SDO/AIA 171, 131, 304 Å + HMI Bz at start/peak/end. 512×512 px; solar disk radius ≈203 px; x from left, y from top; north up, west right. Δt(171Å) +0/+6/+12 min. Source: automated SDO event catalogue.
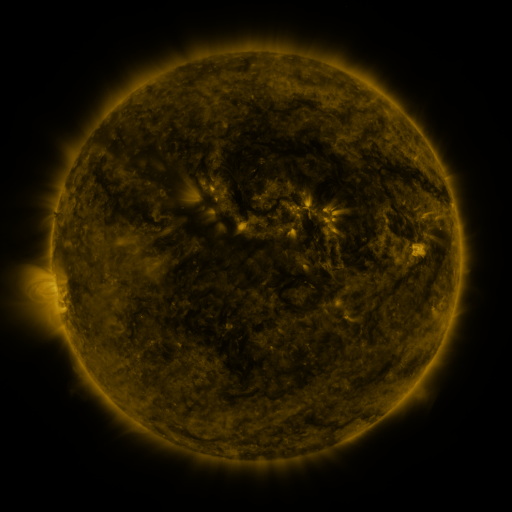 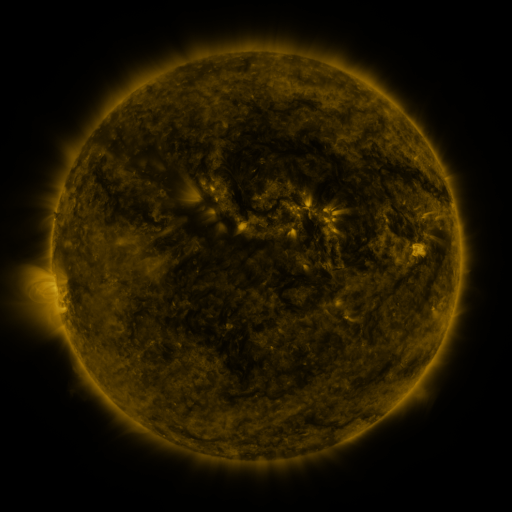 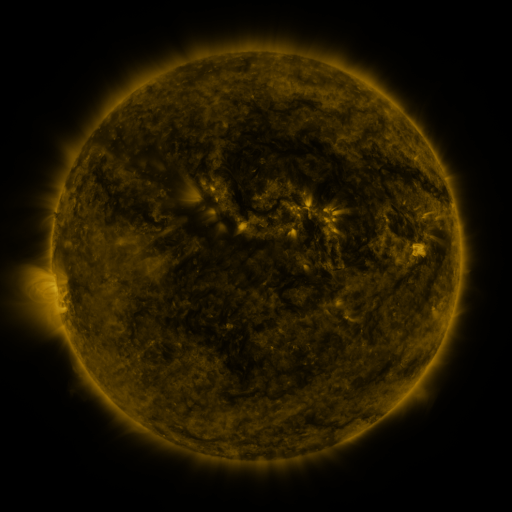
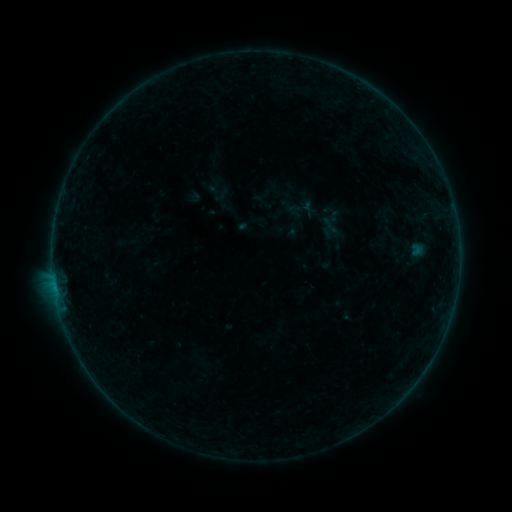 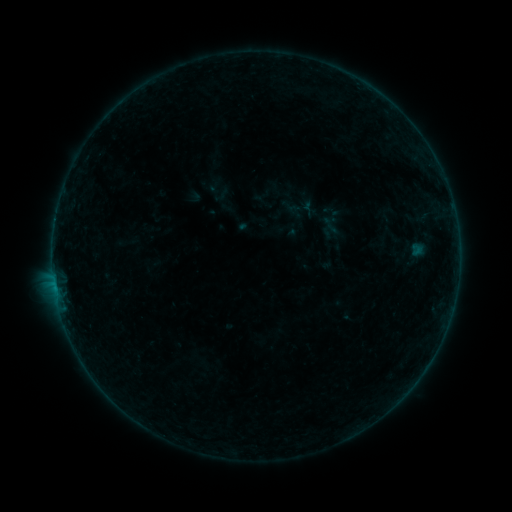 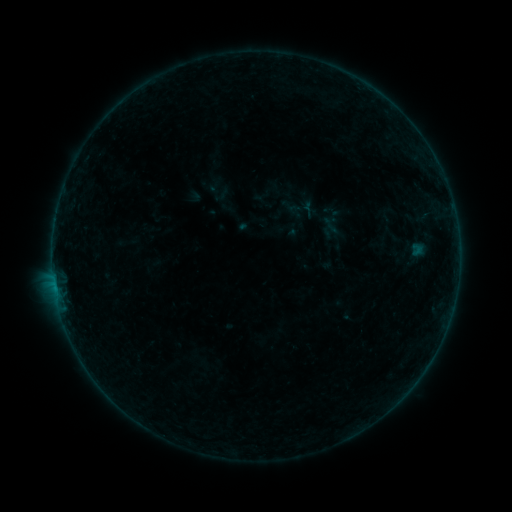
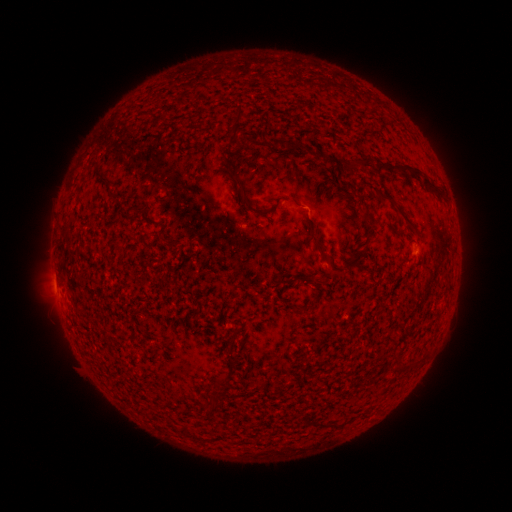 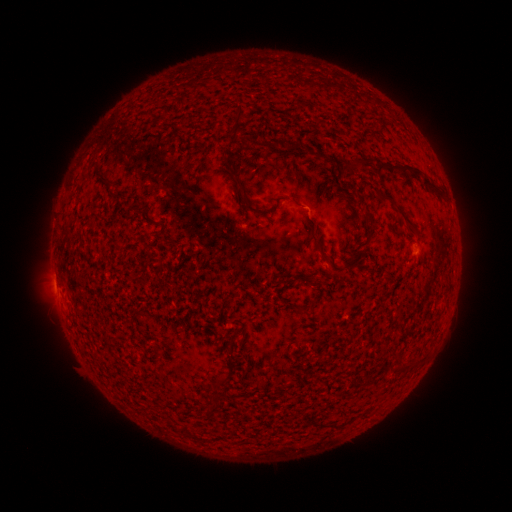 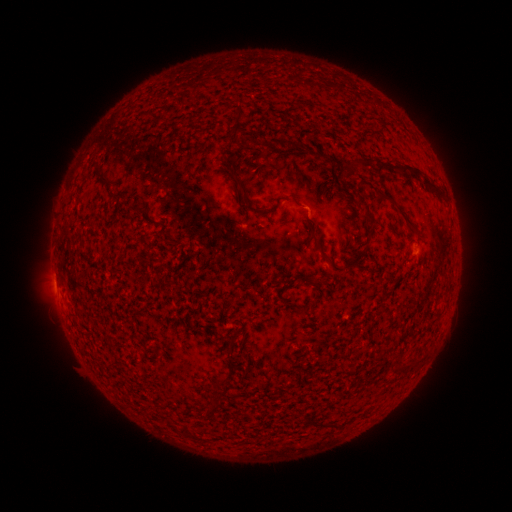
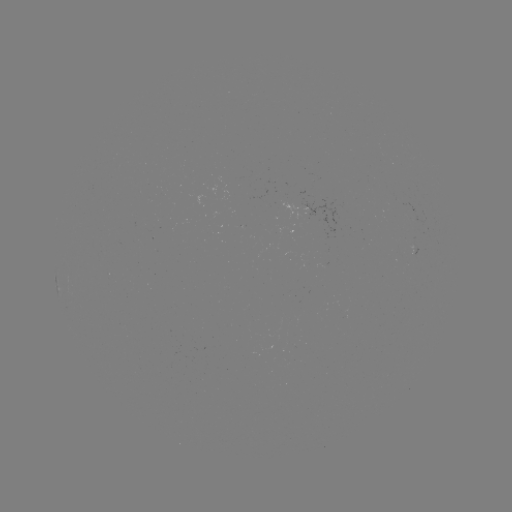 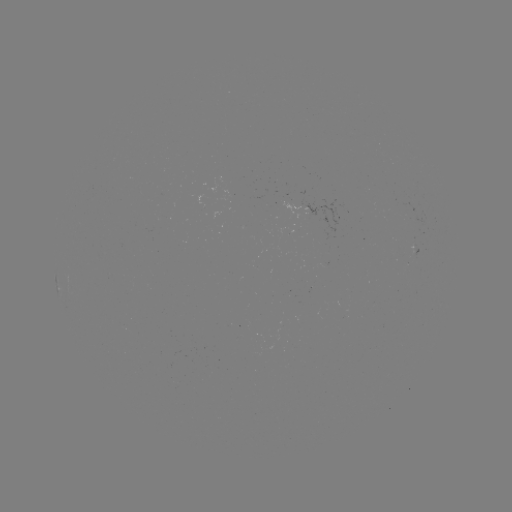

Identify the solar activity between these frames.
no catalogued flare and no flagged EUV brightening in this window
